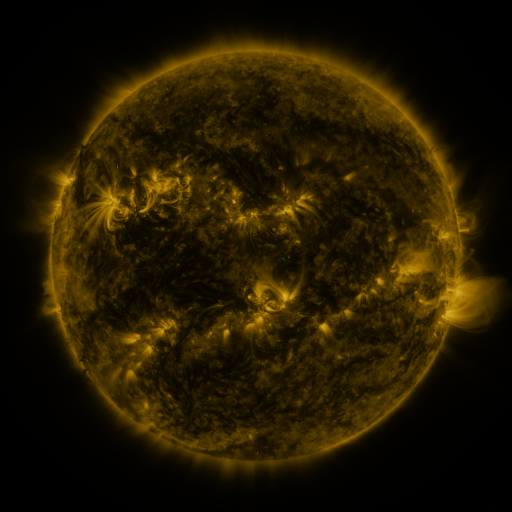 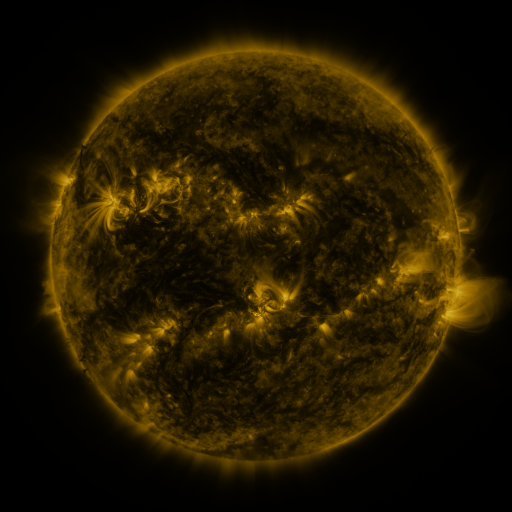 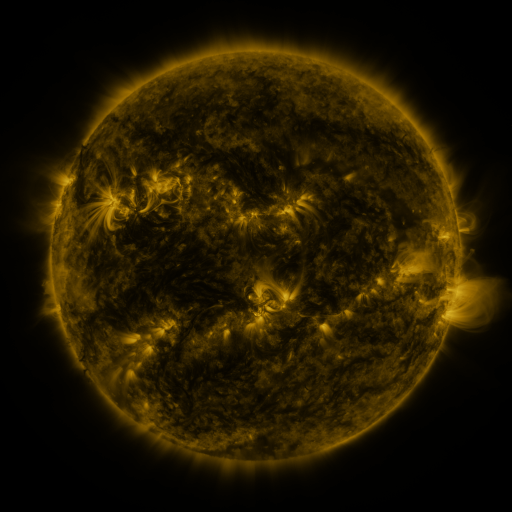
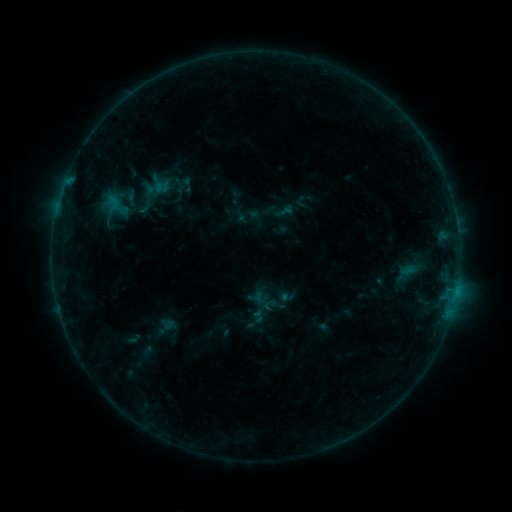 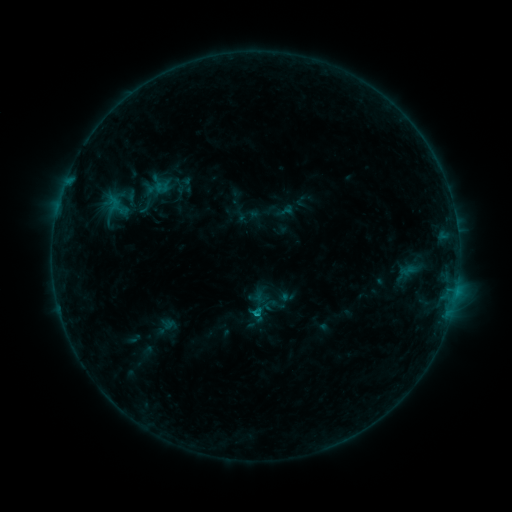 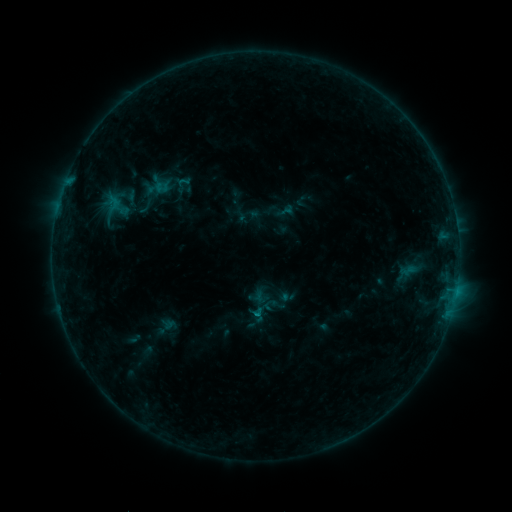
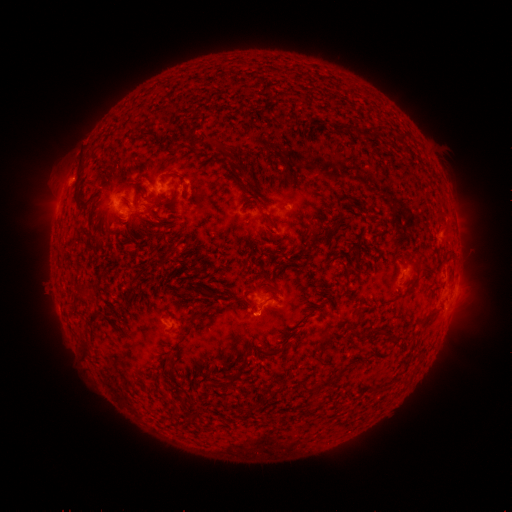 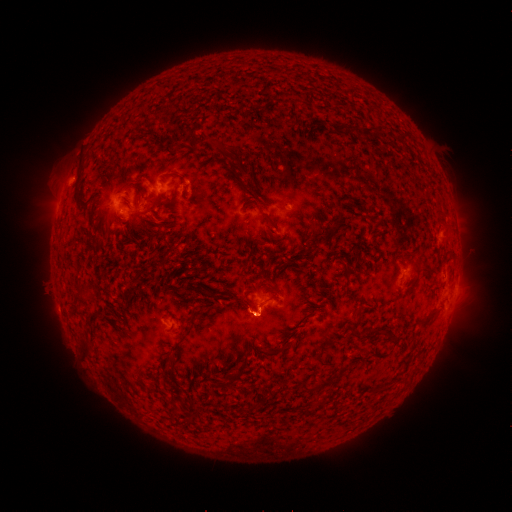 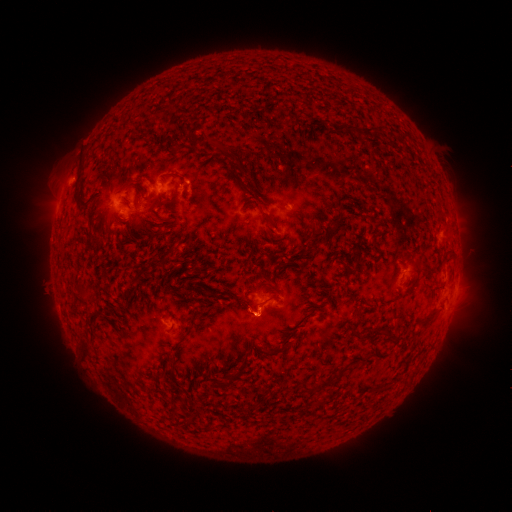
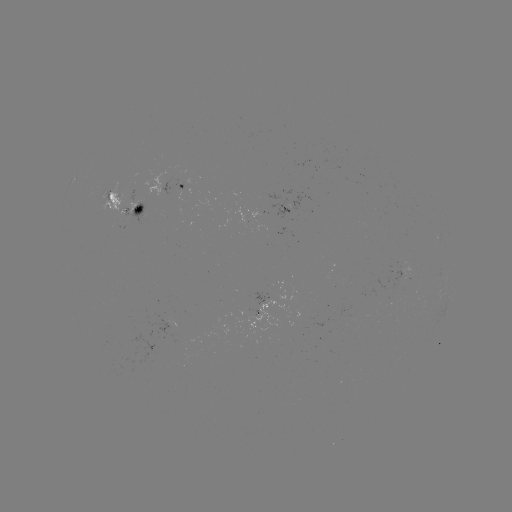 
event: flare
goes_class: B7.0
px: (256, 312)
